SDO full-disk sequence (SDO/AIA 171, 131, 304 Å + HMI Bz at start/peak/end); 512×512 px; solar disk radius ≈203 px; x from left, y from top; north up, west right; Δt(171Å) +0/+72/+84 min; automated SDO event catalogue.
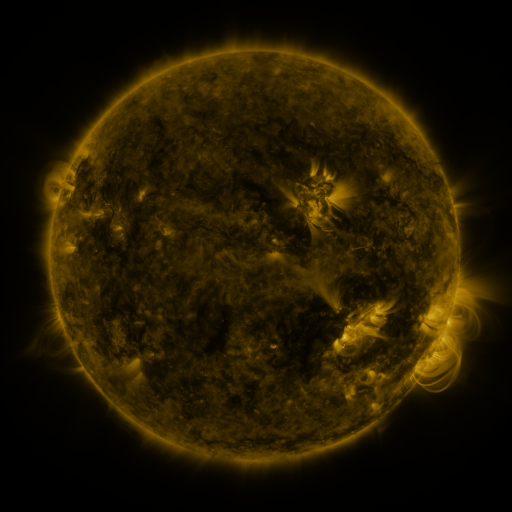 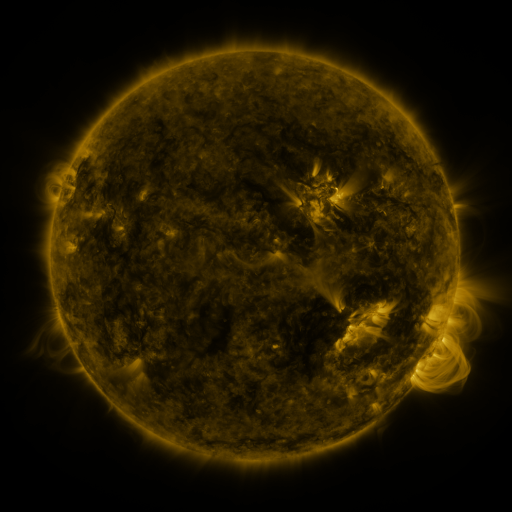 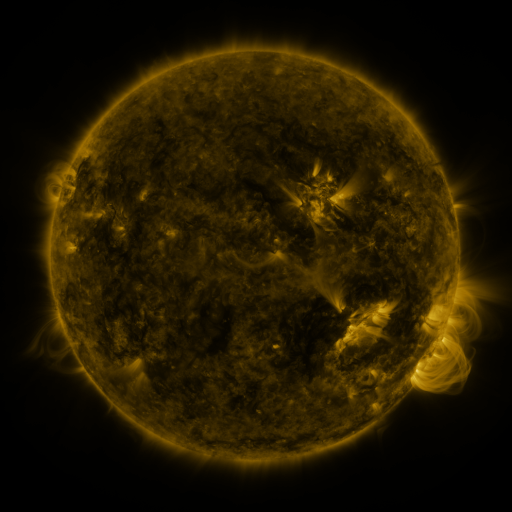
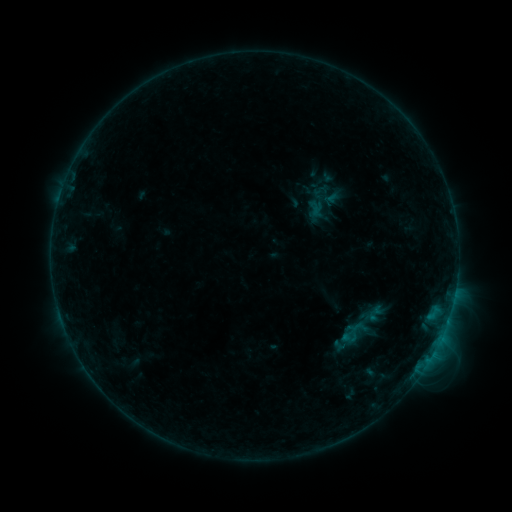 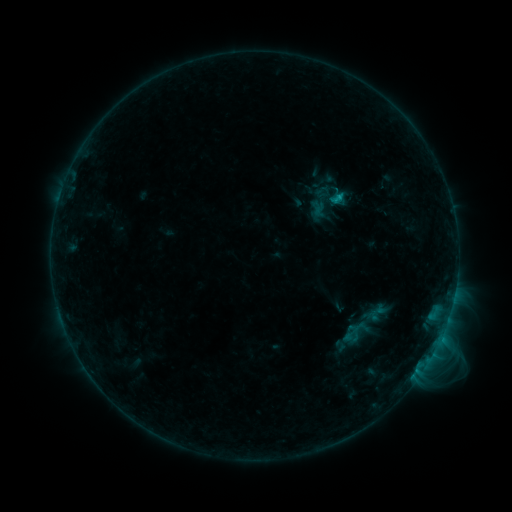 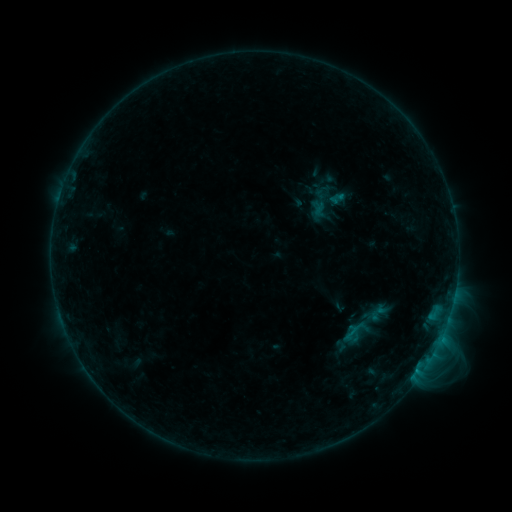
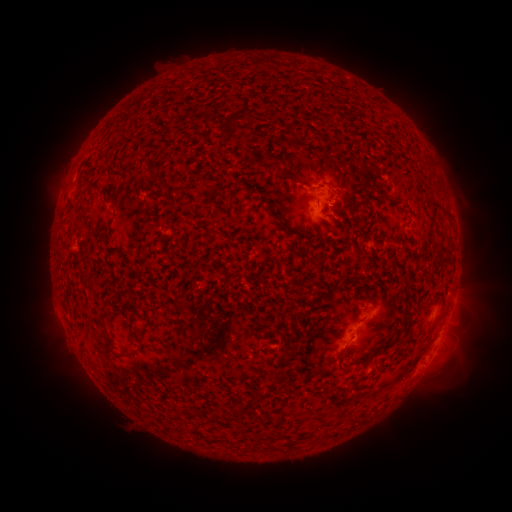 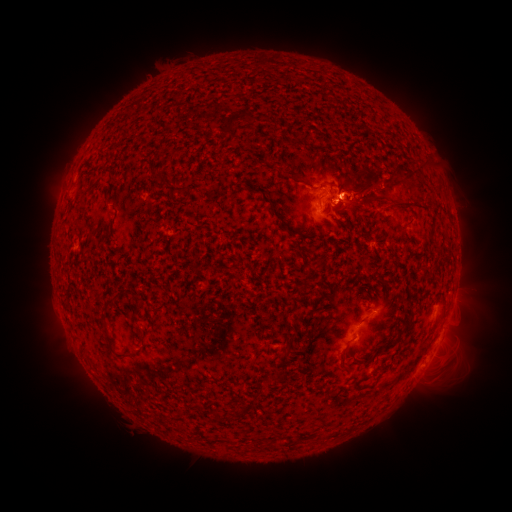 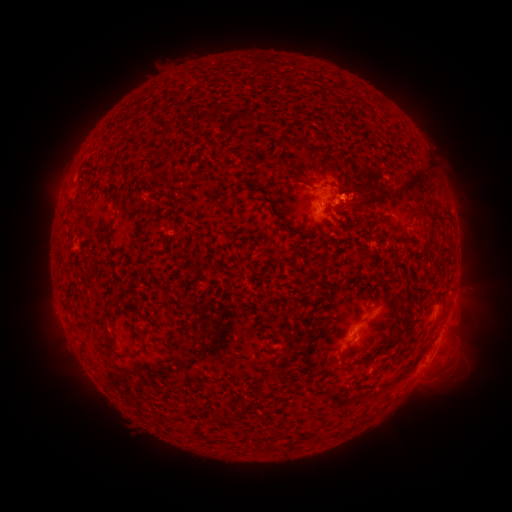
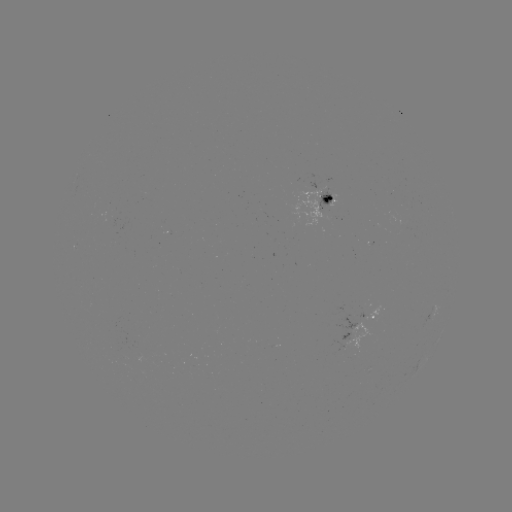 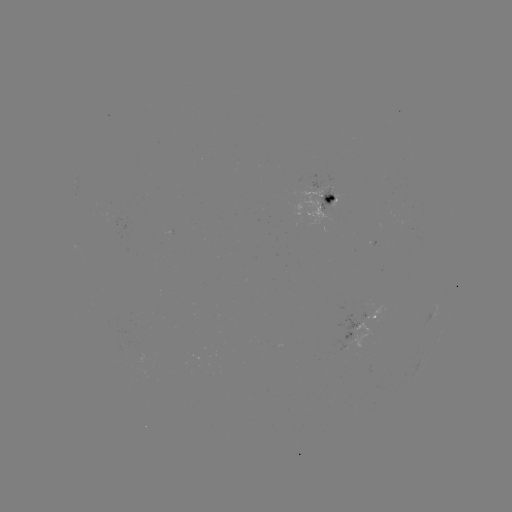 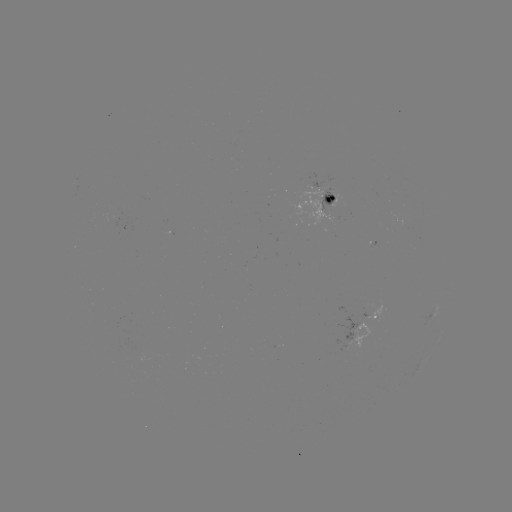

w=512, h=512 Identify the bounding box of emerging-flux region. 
[286, 180, 333, 226].